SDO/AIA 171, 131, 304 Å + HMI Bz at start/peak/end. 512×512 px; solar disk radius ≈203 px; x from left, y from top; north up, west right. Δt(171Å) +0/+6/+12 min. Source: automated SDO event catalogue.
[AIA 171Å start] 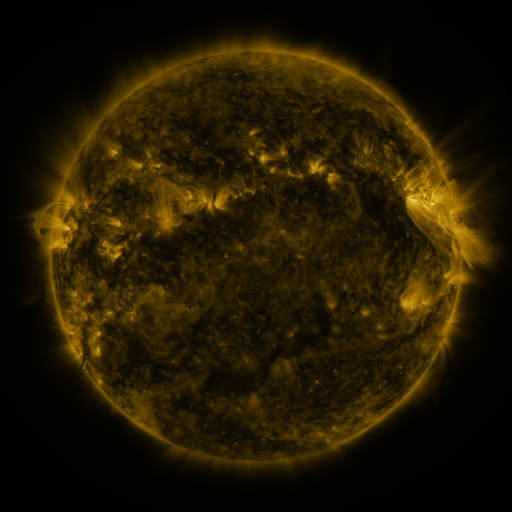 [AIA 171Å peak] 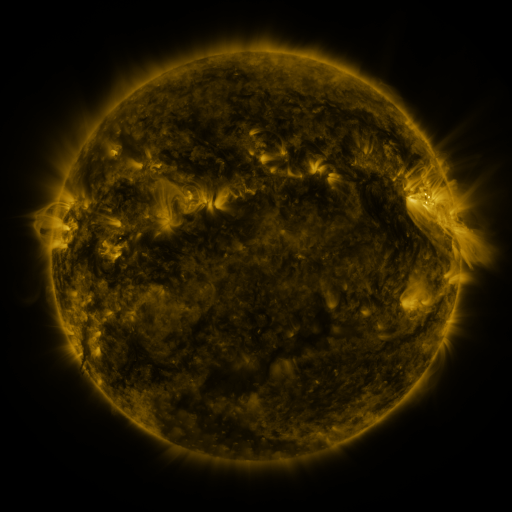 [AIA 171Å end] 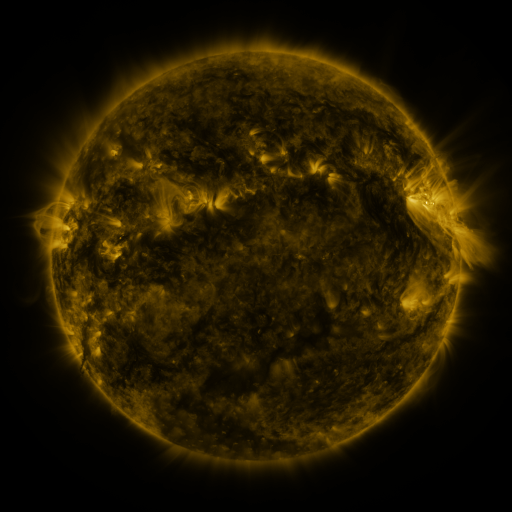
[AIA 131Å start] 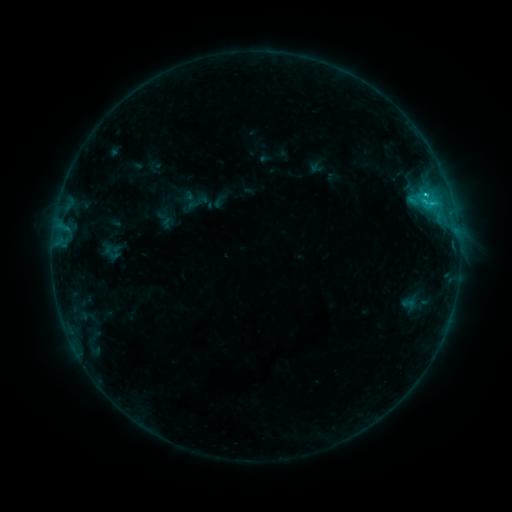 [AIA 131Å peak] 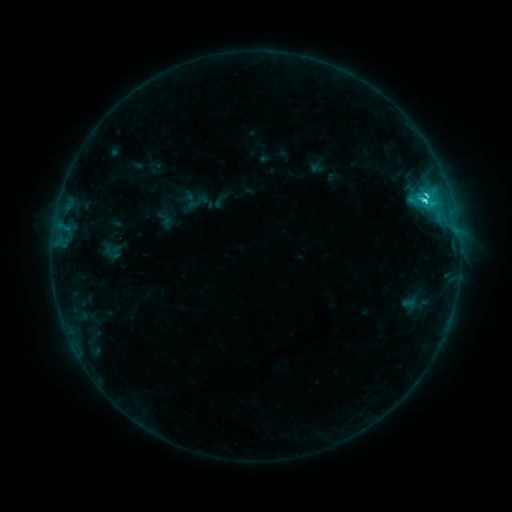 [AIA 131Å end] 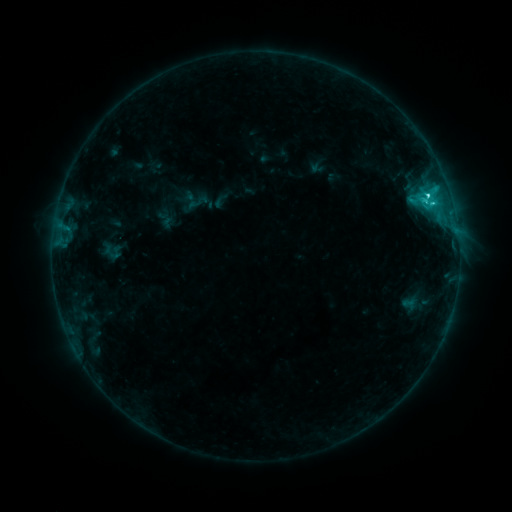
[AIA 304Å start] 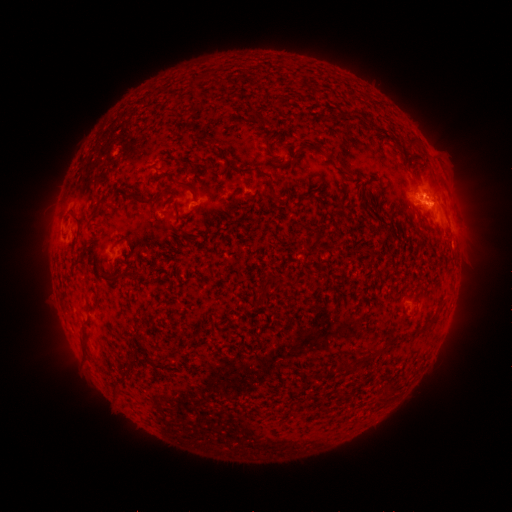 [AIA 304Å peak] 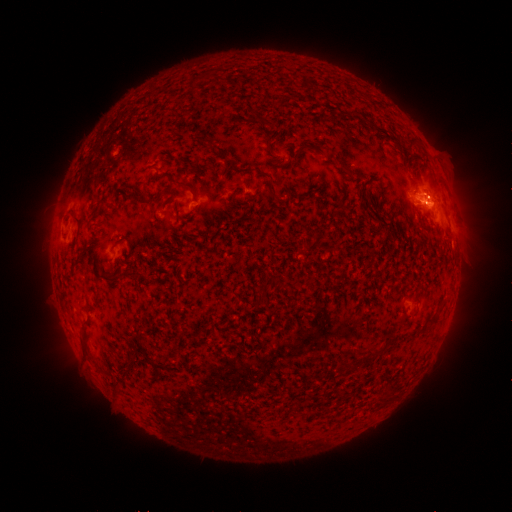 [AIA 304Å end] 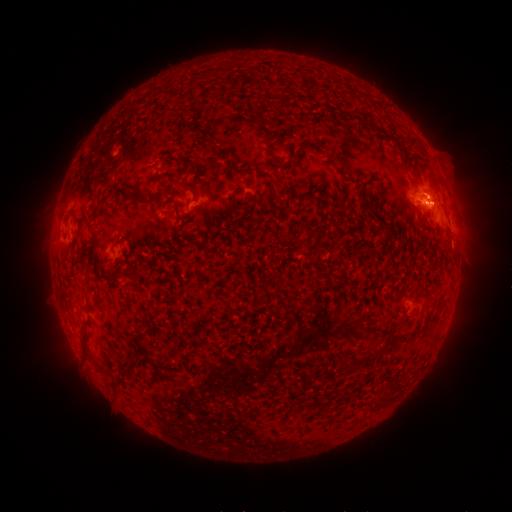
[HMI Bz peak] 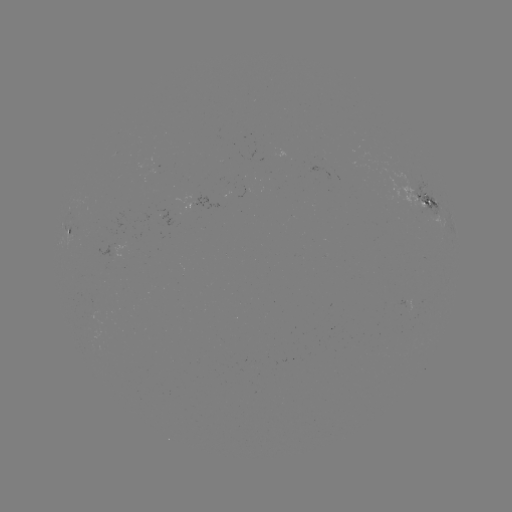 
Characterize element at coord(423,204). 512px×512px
C4.2 flare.